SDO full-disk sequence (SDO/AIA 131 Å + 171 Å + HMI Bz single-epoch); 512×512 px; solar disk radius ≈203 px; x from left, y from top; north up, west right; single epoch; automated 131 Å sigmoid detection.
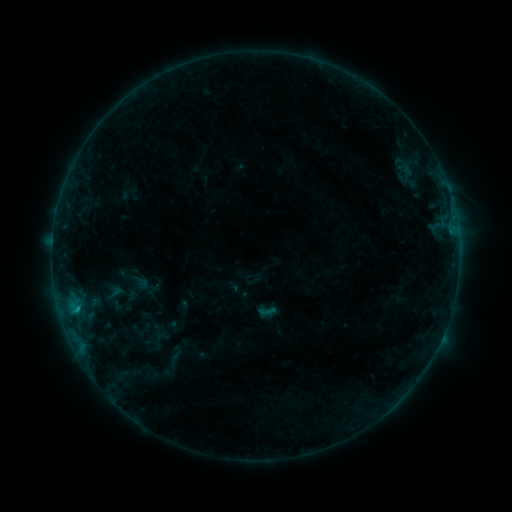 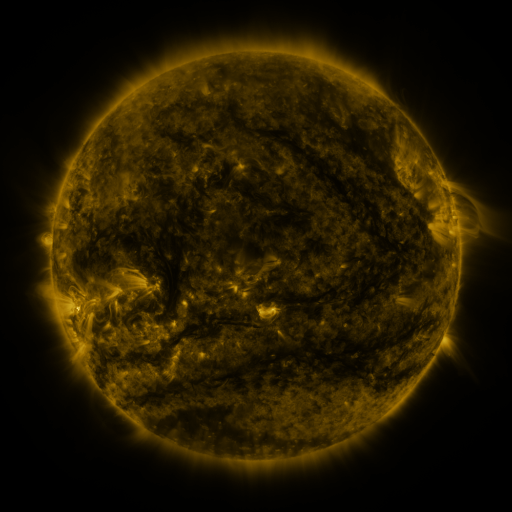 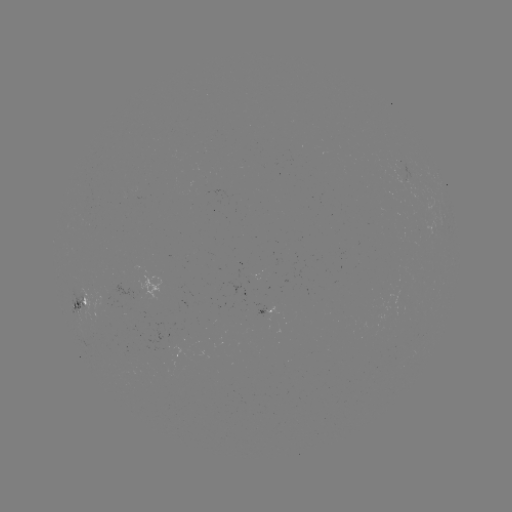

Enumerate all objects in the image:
sigmoid: (267, 311)
